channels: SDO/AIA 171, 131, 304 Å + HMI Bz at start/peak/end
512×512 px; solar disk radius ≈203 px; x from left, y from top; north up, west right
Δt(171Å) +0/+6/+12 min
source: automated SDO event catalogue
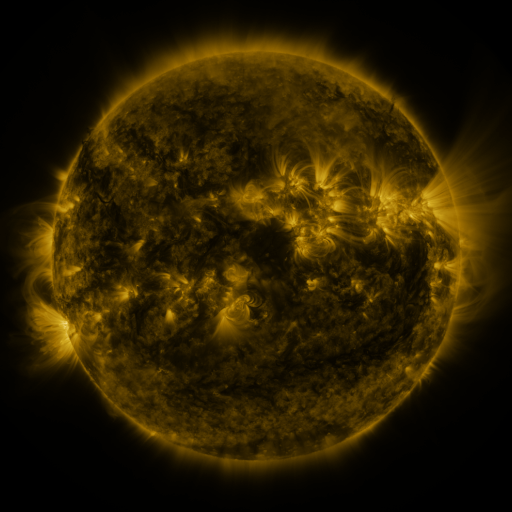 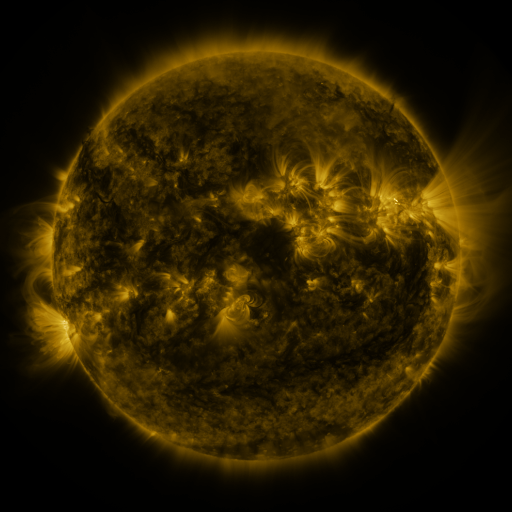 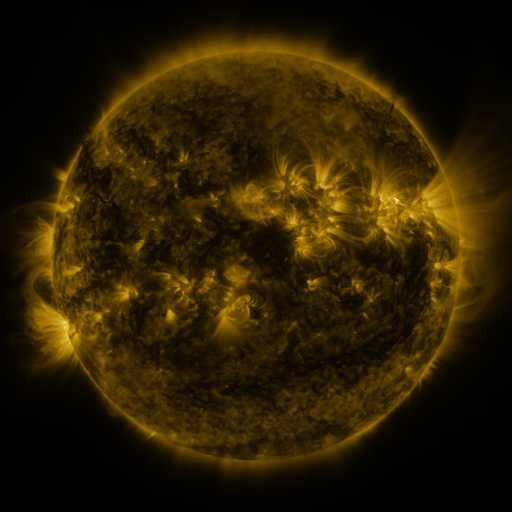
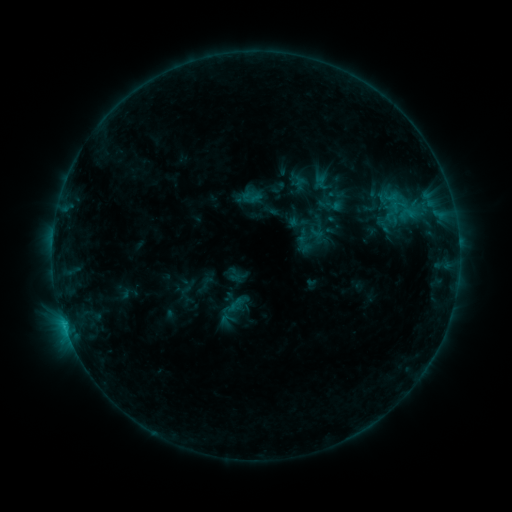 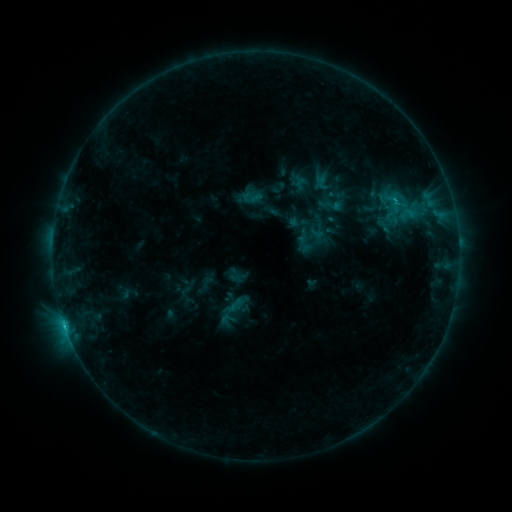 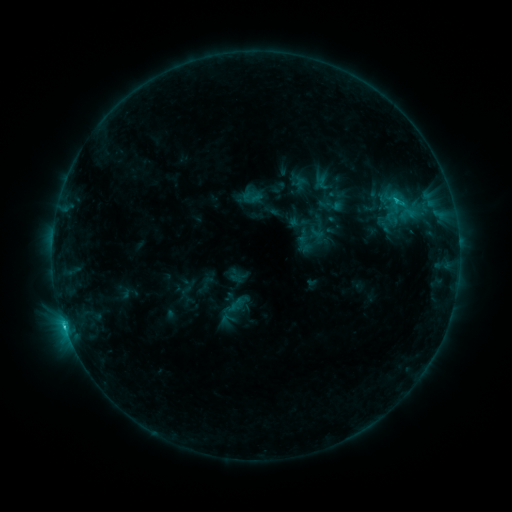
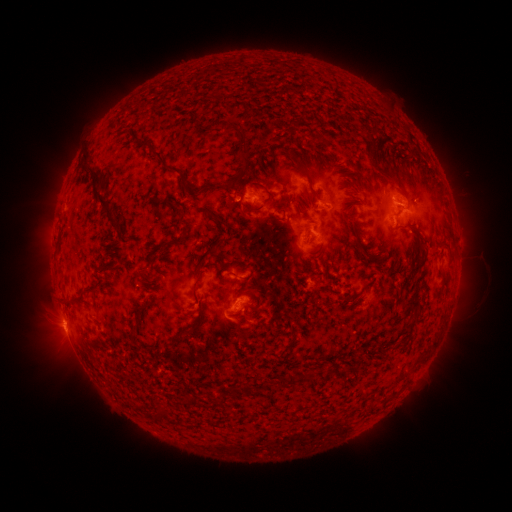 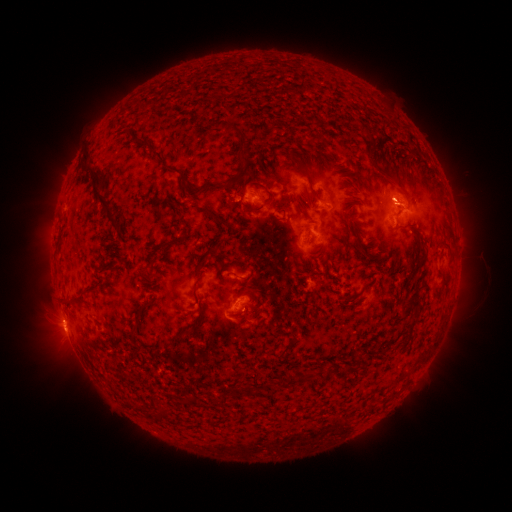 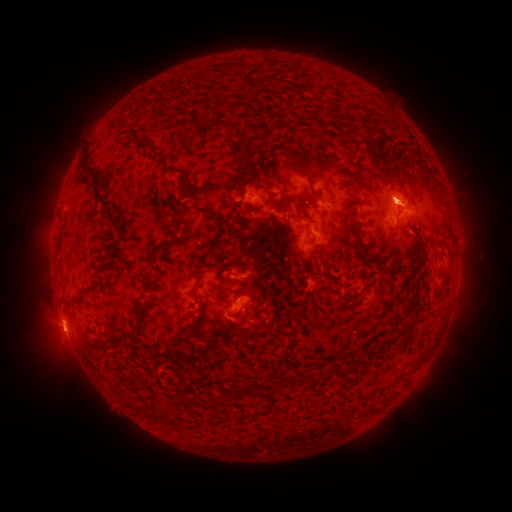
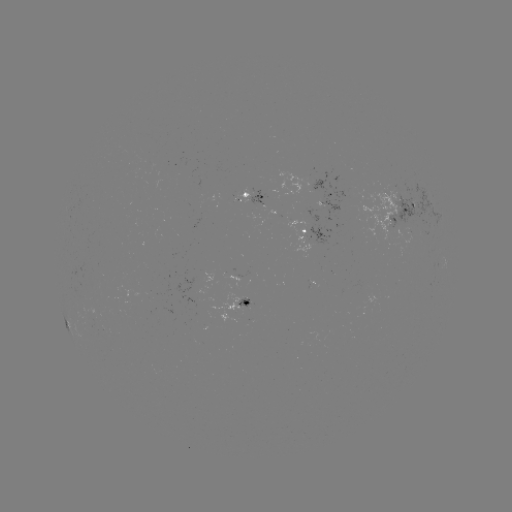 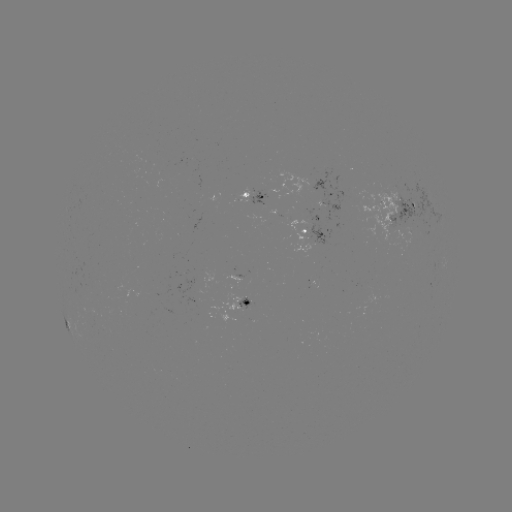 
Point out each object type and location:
C1.3 flare: (392, 201)
